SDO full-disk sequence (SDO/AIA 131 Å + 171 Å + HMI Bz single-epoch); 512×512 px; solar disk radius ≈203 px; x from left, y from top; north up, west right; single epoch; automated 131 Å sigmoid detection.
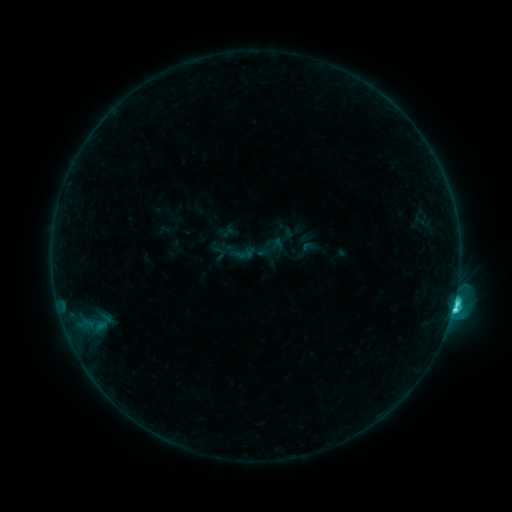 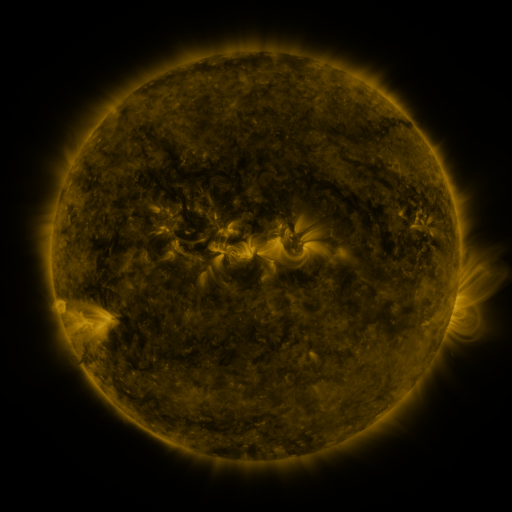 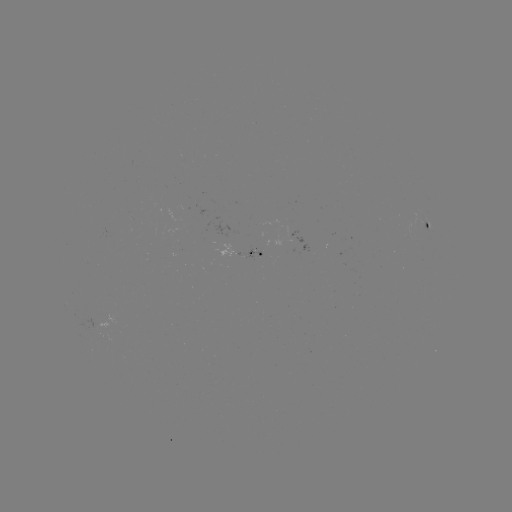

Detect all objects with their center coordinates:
sigmoid: (307, 249)
sigmoid: (241, 254)
